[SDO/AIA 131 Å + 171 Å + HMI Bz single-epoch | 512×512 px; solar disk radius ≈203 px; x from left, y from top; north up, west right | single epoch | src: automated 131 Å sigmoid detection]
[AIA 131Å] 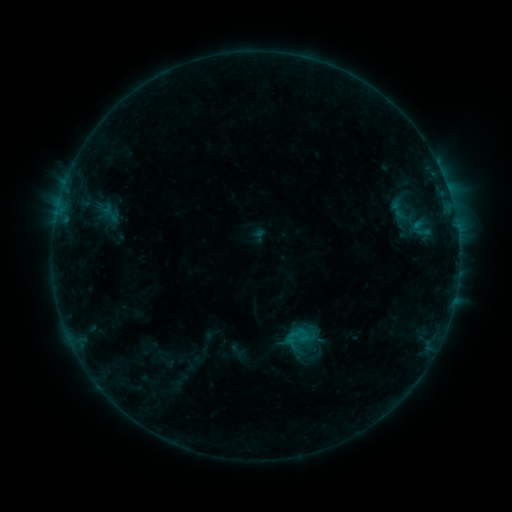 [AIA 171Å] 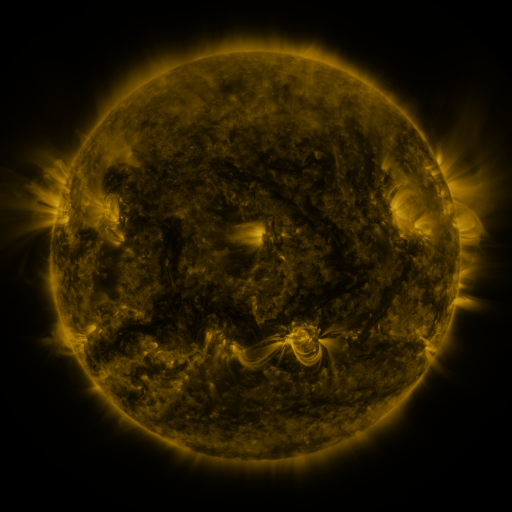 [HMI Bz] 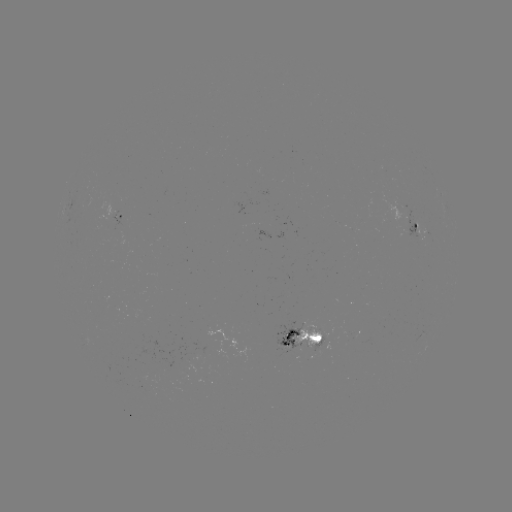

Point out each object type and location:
sigmoid: (399, 210)
sigmoid: (111, 215)
